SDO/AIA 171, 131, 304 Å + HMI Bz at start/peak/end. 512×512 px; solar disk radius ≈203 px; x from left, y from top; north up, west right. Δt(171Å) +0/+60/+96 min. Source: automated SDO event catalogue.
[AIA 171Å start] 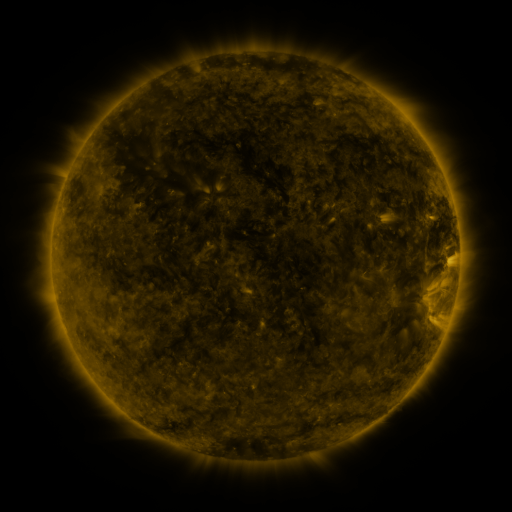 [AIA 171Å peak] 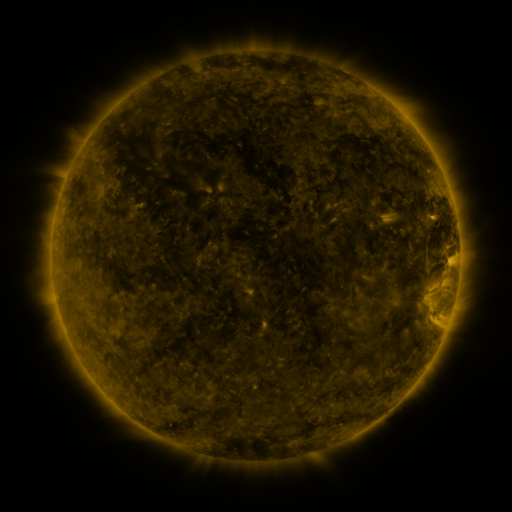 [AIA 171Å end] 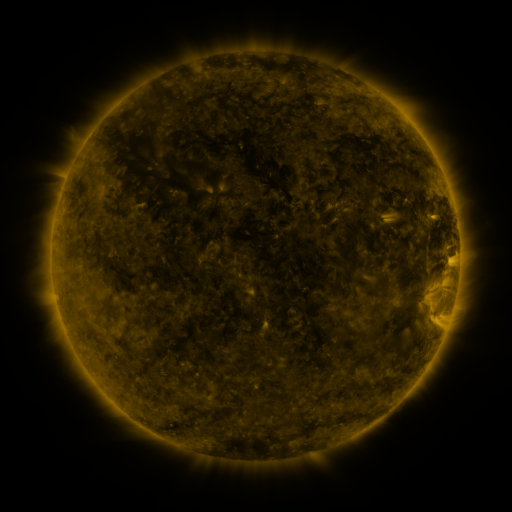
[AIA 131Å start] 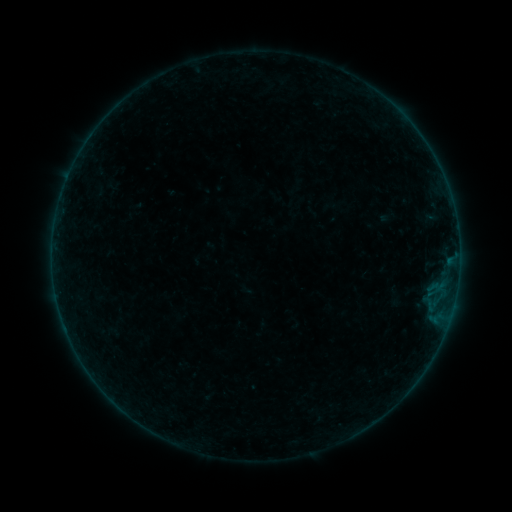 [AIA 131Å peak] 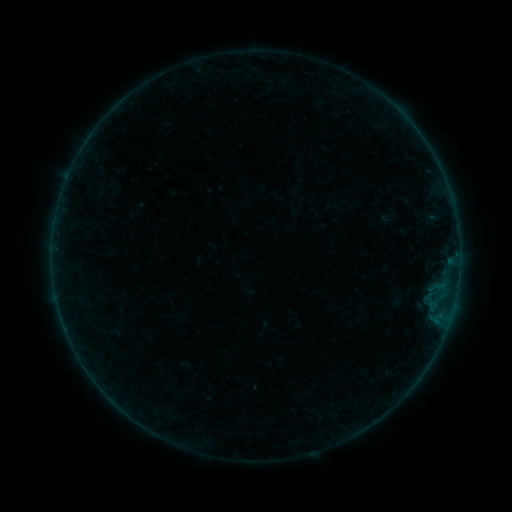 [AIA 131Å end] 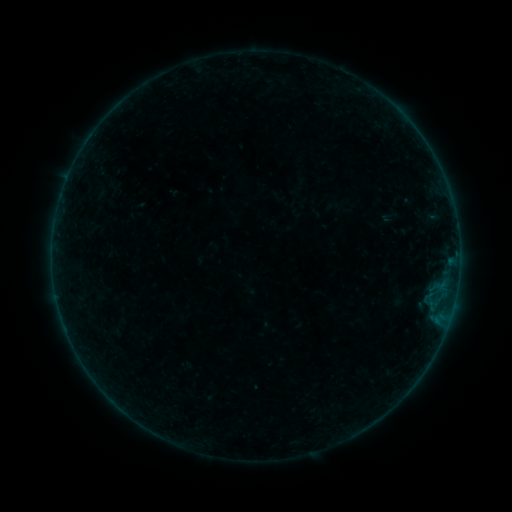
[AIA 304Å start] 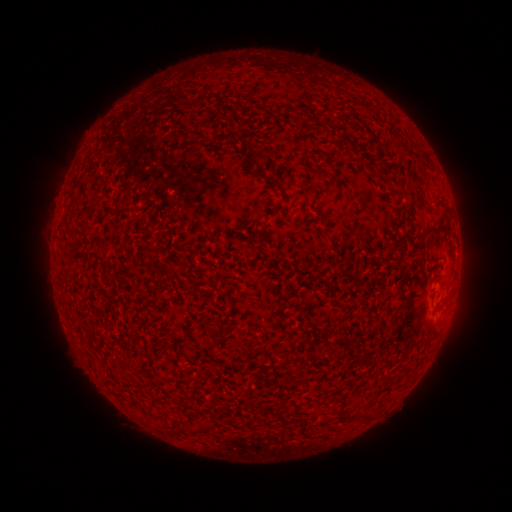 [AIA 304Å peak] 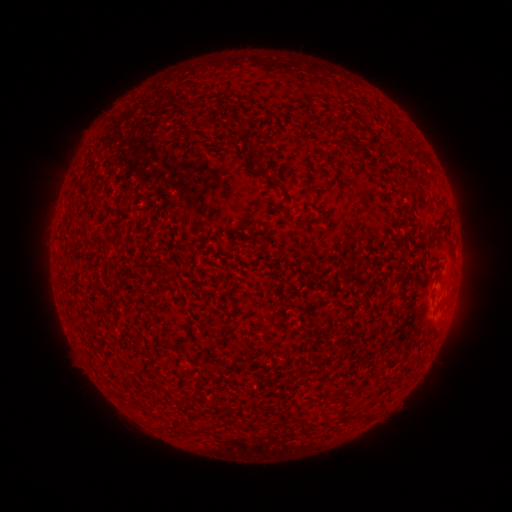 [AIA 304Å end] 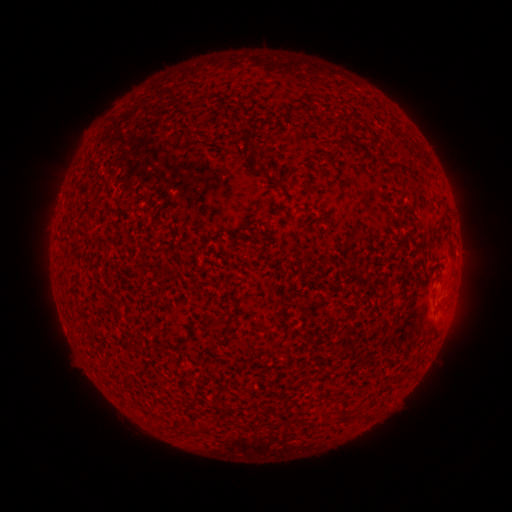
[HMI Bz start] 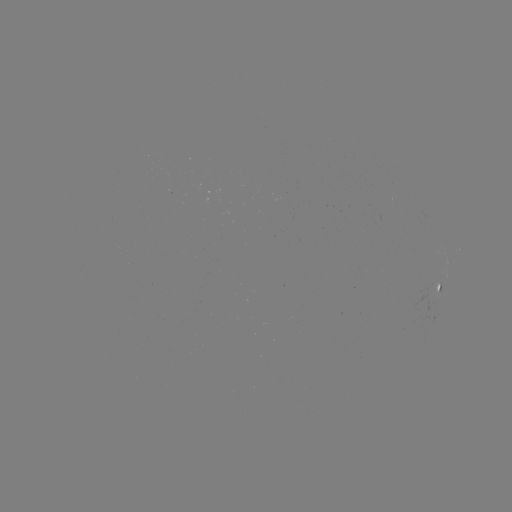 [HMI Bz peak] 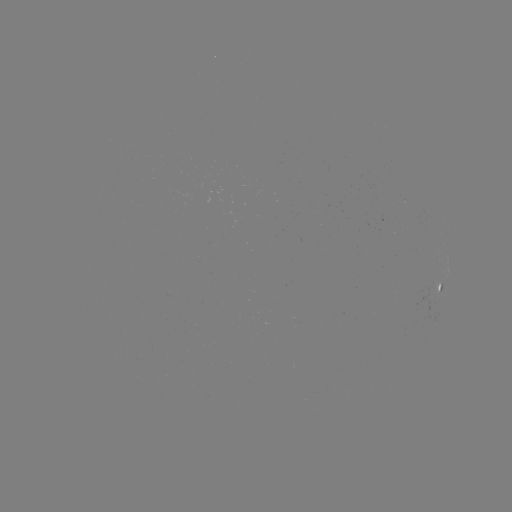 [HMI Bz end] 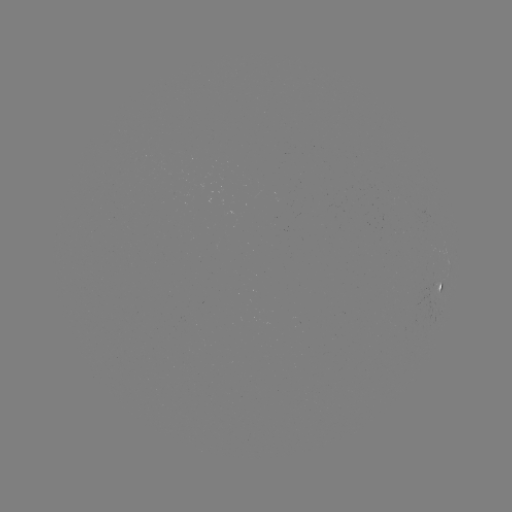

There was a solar emerging-flux region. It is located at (281, 201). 